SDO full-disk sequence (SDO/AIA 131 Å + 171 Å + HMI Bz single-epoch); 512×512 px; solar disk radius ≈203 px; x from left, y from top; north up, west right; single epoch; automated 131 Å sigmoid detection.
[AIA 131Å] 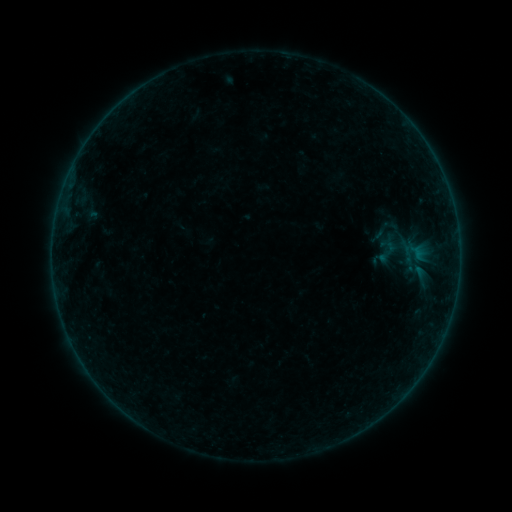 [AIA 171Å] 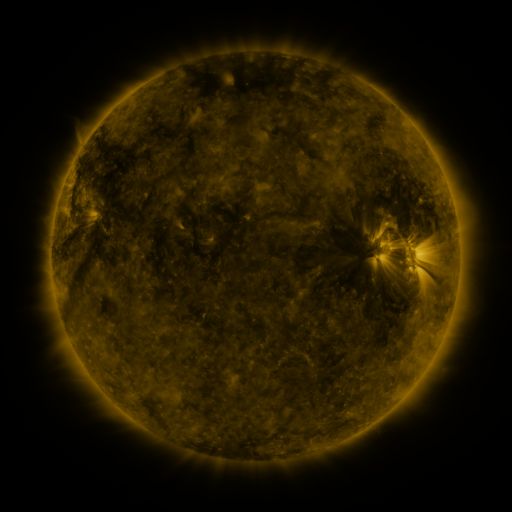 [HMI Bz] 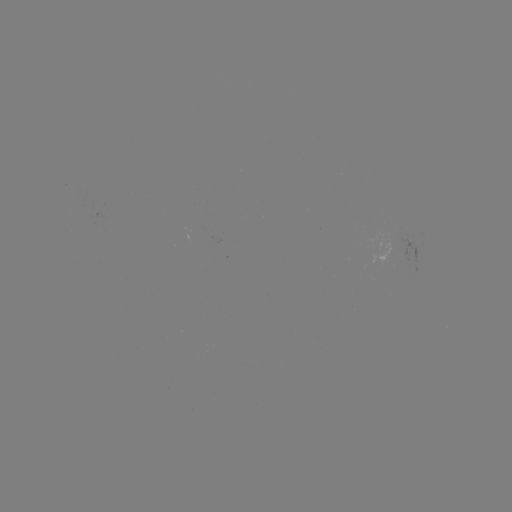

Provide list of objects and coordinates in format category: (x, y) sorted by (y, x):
sigmoid: (385, 230)
